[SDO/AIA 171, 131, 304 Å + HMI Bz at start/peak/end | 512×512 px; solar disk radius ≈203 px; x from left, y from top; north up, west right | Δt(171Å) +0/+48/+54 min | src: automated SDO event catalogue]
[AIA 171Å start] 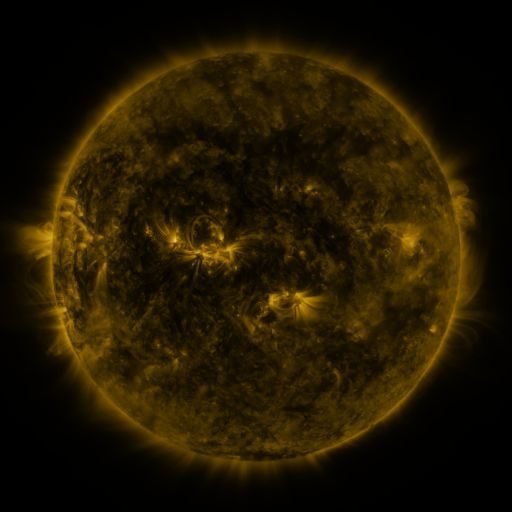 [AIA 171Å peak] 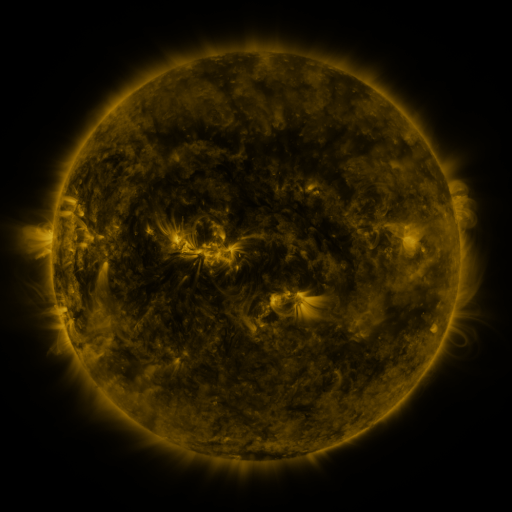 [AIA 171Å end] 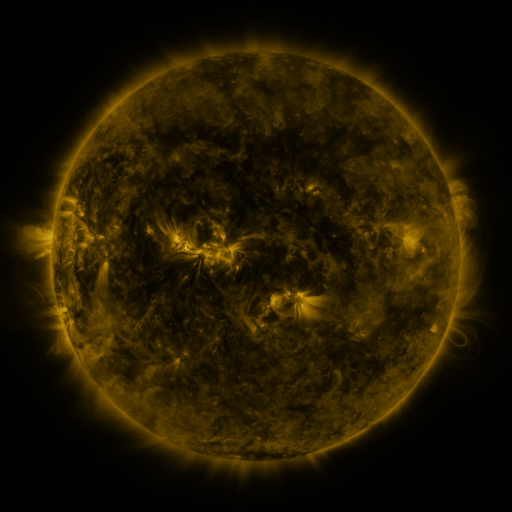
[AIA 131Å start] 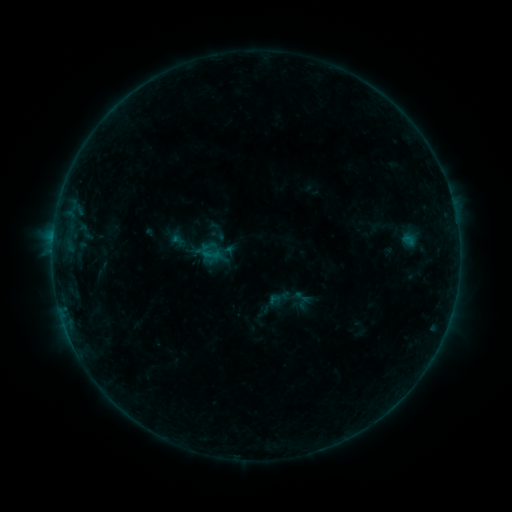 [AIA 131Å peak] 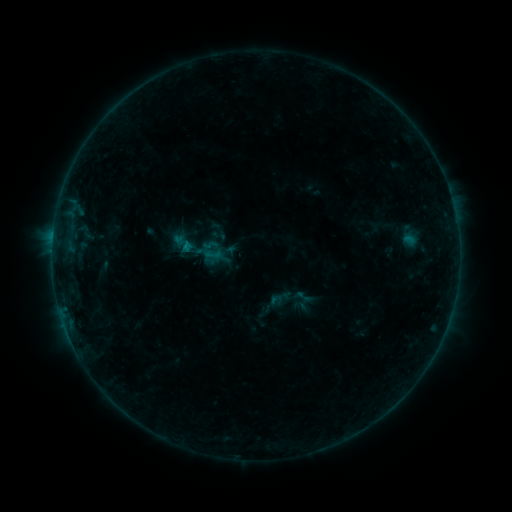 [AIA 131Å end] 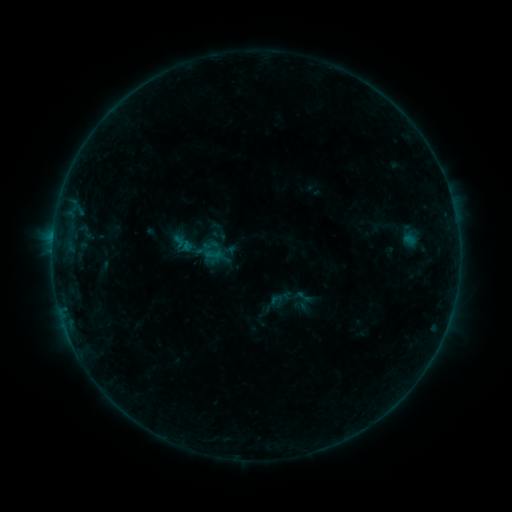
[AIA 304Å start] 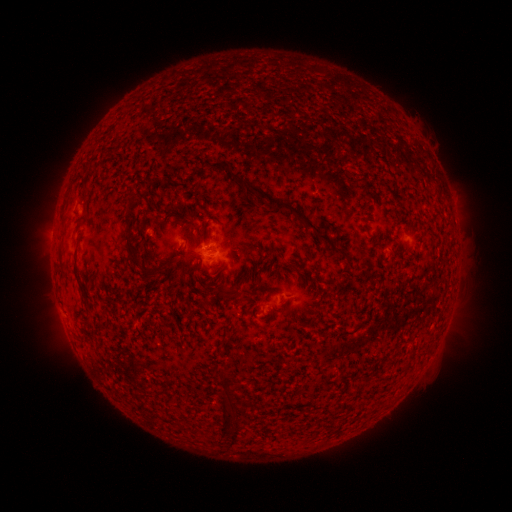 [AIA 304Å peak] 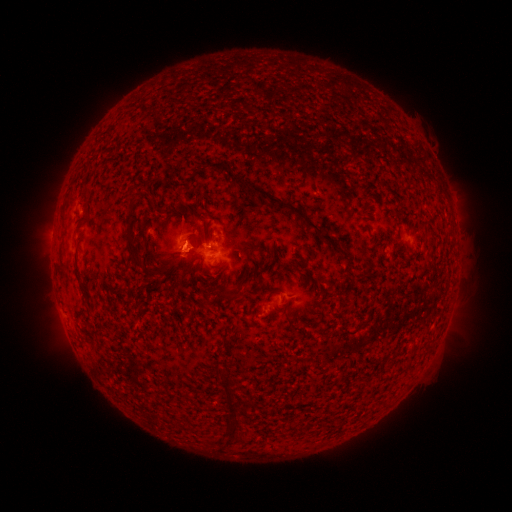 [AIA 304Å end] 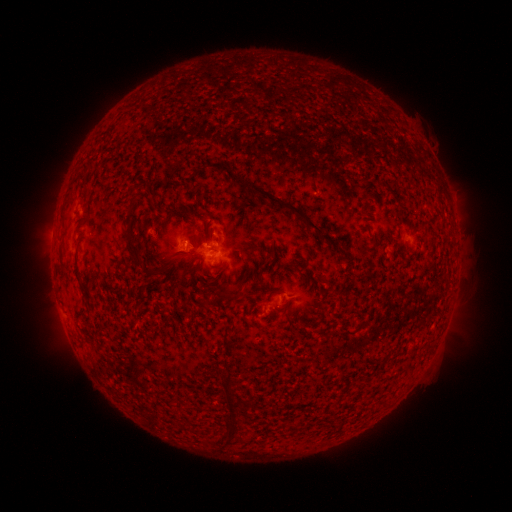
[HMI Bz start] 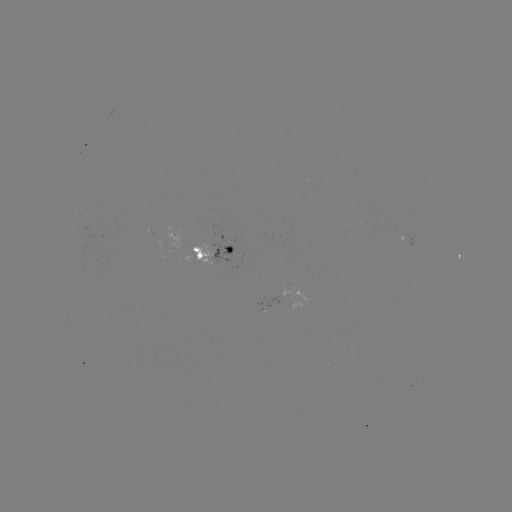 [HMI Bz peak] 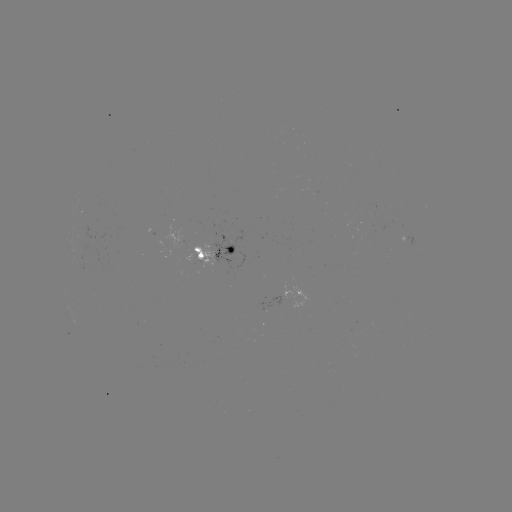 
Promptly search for B2.2 flare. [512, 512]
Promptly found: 190,248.